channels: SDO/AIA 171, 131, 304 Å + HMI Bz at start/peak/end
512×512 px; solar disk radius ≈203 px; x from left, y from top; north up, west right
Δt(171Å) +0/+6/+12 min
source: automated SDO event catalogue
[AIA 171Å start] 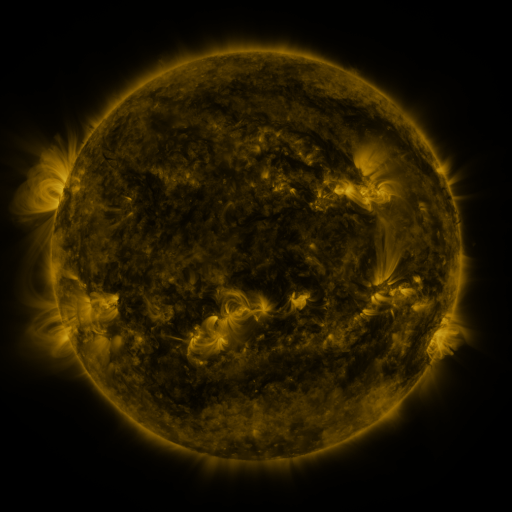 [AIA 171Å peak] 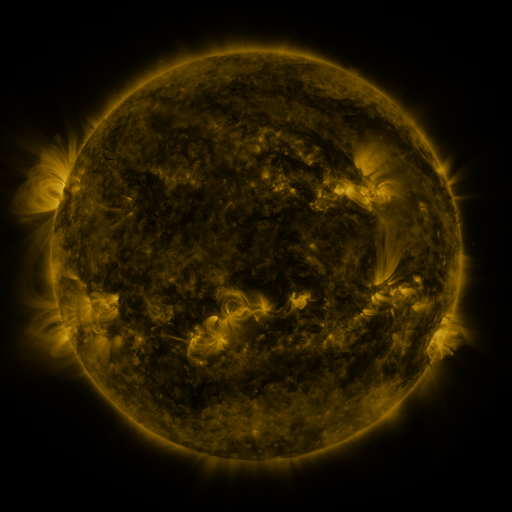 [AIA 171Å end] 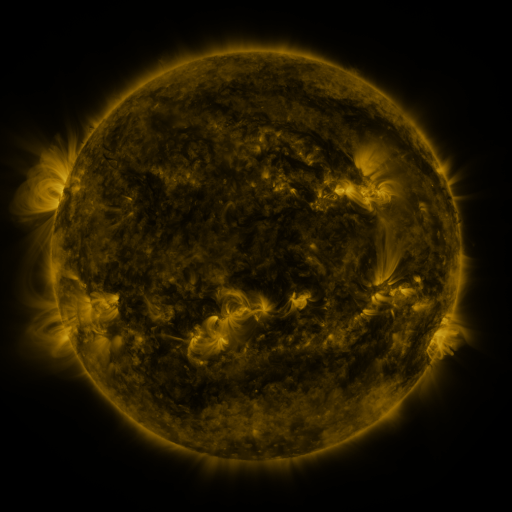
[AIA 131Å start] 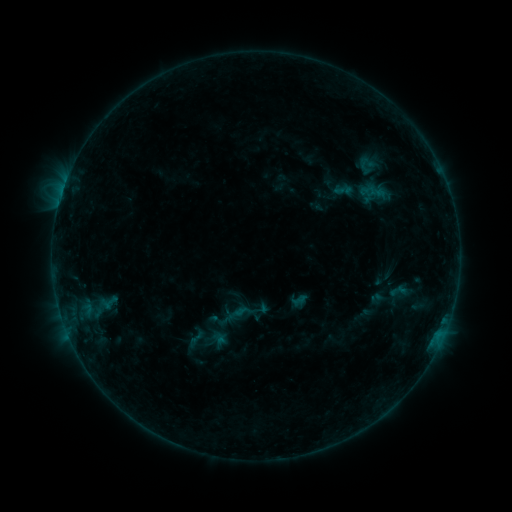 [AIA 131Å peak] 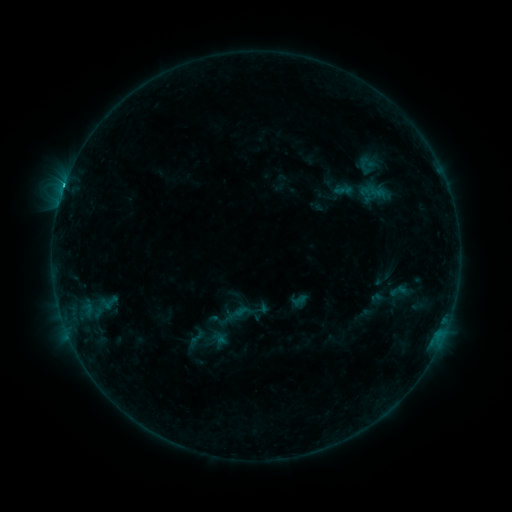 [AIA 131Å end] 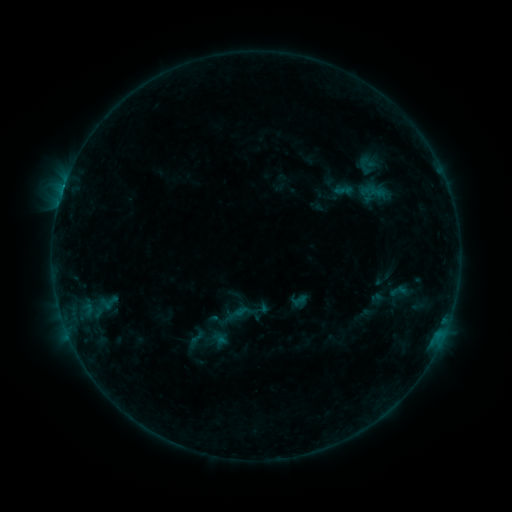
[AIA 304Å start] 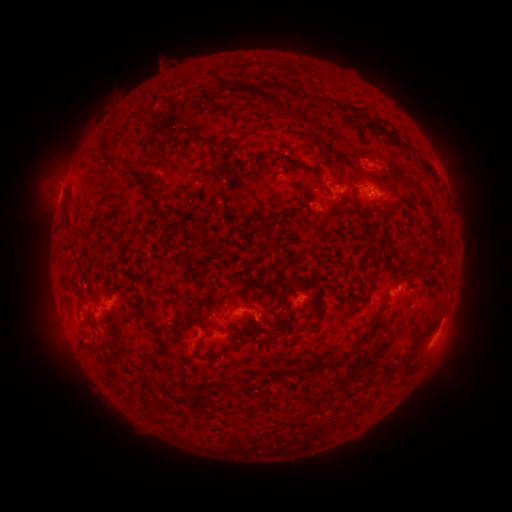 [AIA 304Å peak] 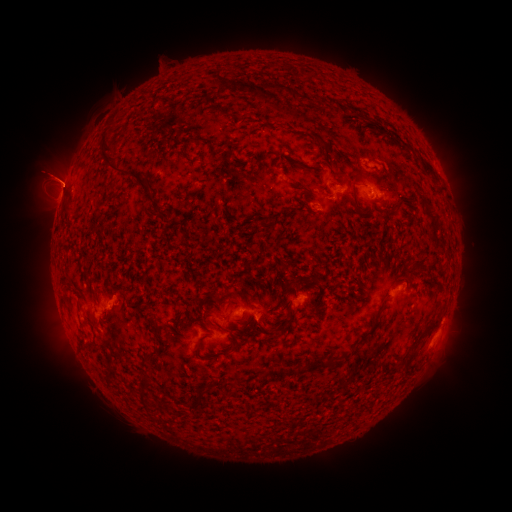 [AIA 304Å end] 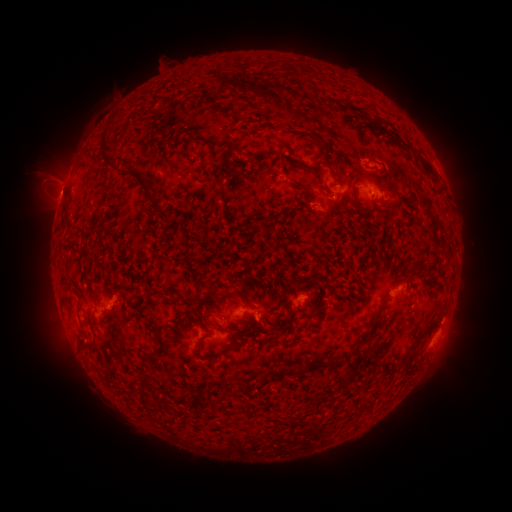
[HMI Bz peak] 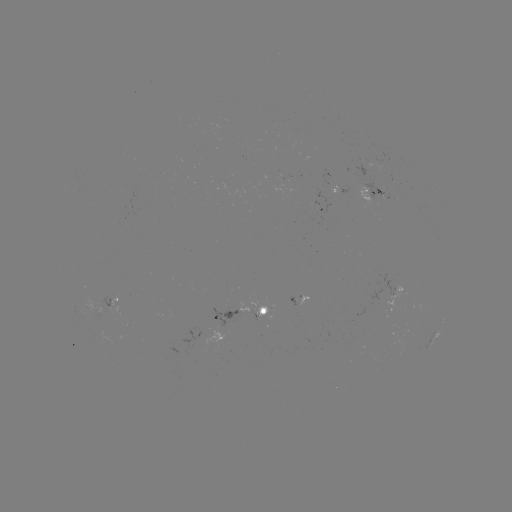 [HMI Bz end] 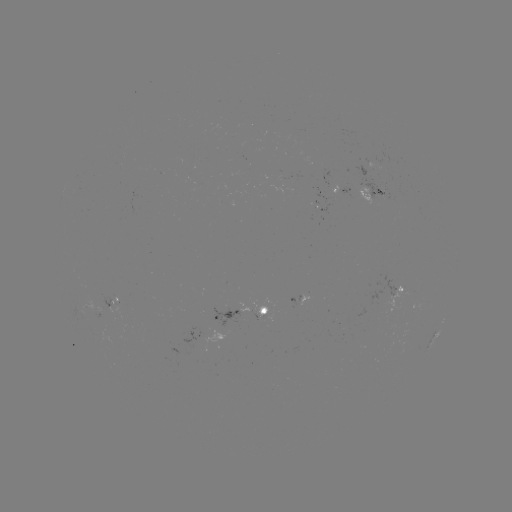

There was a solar flare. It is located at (64, 189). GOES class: C1.4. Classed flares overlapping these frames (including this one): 1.